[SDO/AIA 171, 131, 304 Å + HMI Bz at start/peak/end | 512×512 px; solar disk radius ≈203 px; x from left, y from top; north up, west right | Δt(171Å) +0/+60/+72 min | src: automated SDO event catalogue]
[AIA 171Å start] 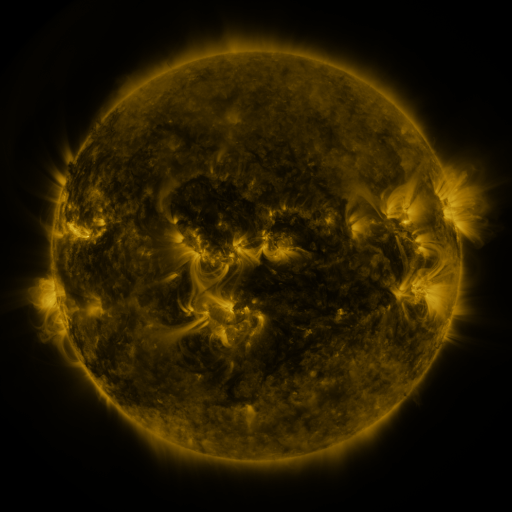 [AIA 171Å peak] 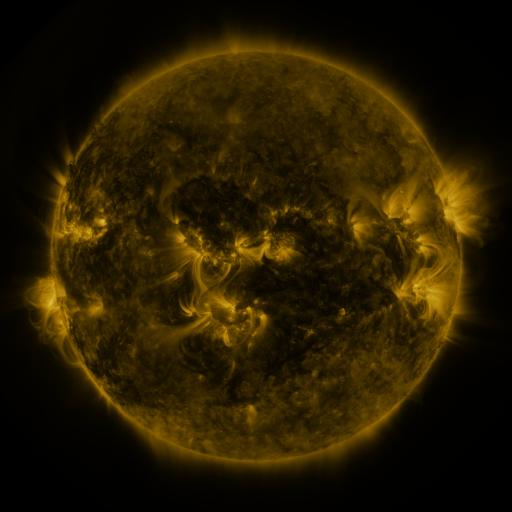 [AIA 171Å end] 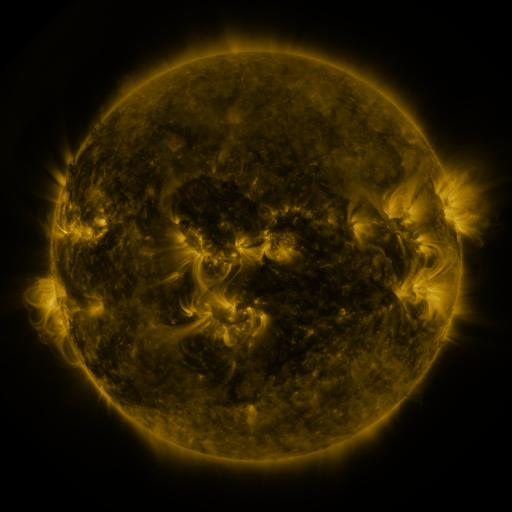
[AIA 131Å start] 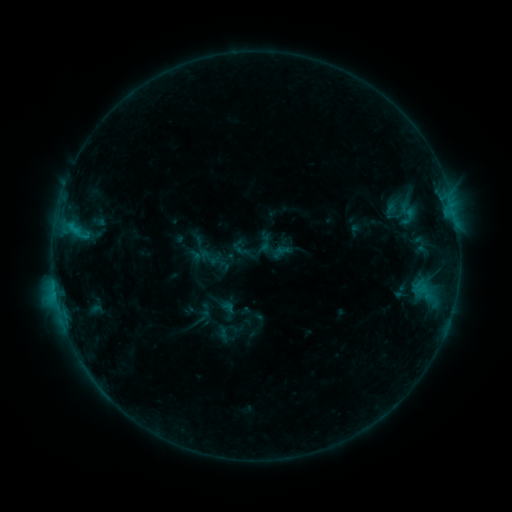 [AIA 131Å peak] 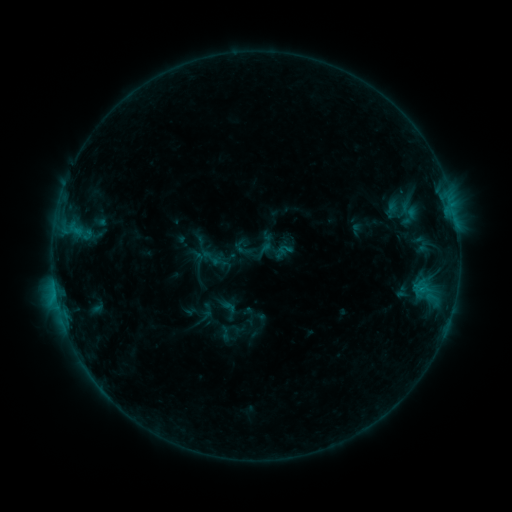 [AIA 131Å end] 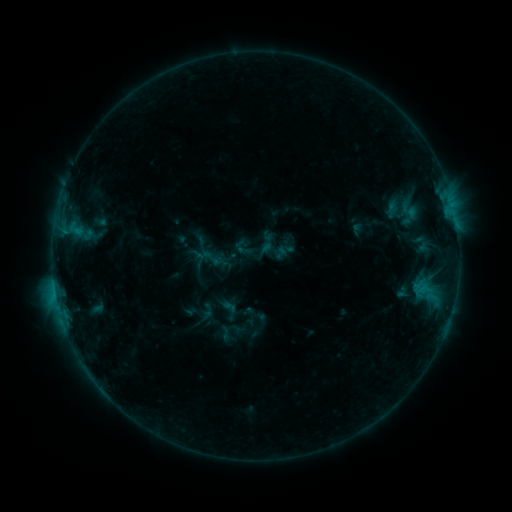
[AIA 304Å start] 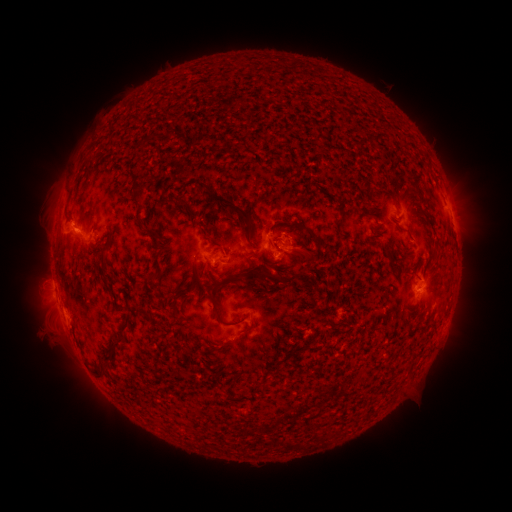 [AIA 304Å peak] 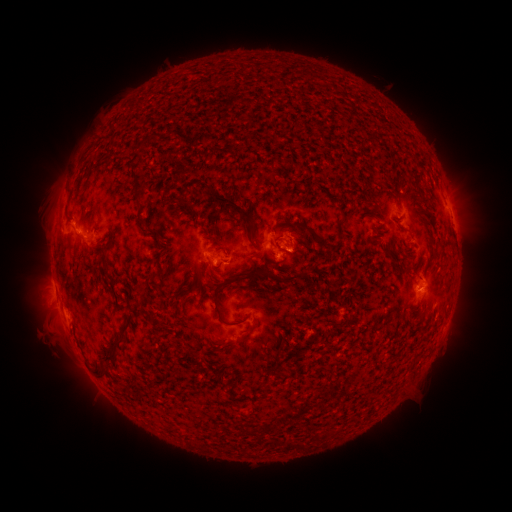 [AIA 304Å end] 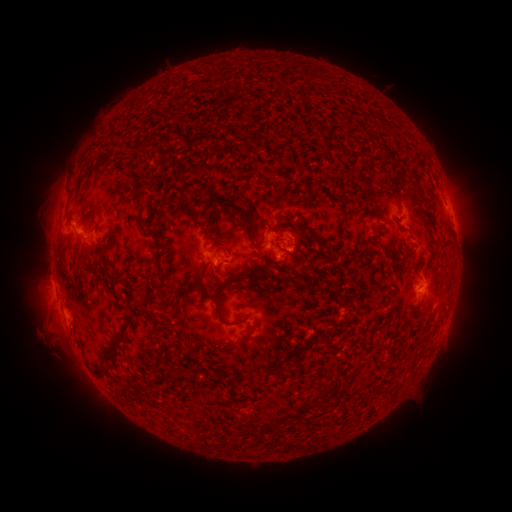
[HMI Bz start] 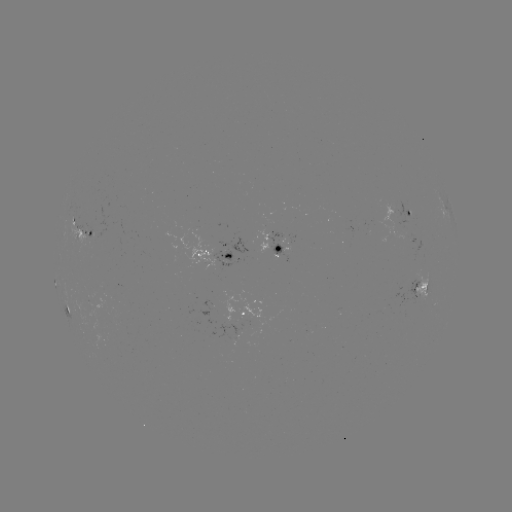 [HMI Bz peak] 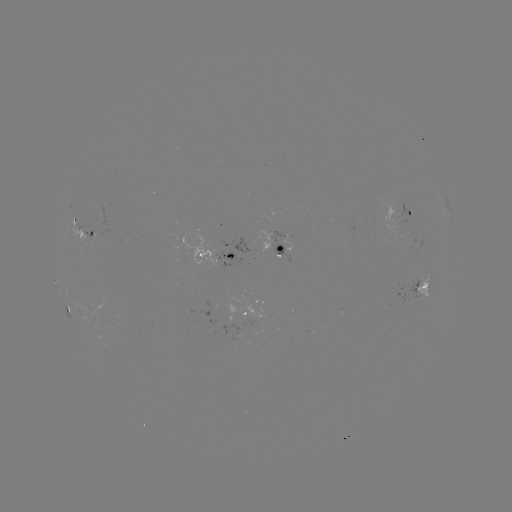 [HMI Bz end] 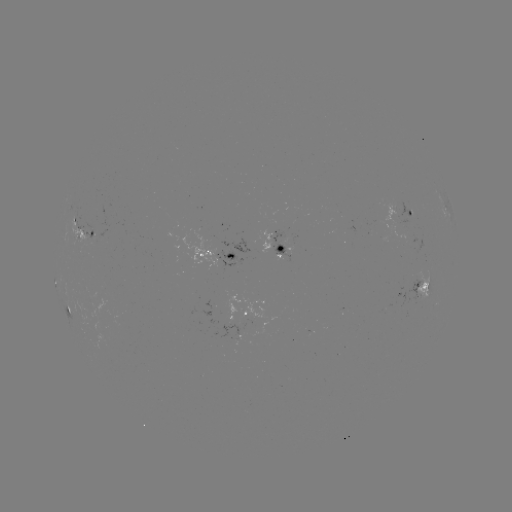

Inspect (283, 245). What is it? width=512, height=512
emerging-flux region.